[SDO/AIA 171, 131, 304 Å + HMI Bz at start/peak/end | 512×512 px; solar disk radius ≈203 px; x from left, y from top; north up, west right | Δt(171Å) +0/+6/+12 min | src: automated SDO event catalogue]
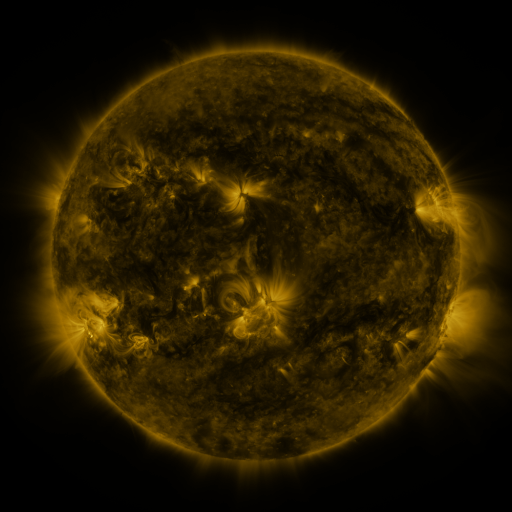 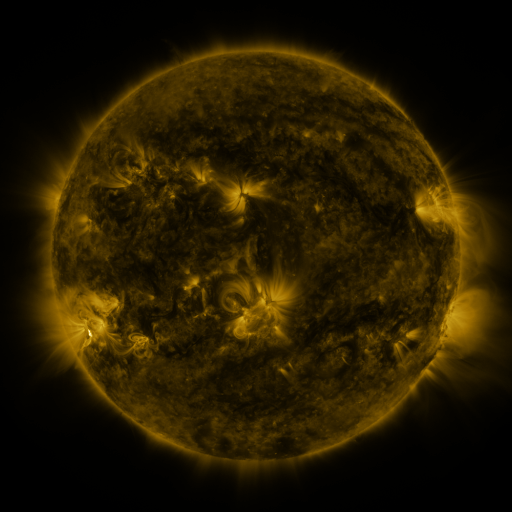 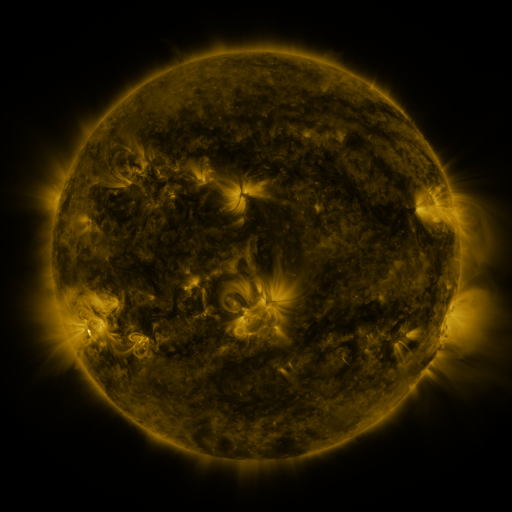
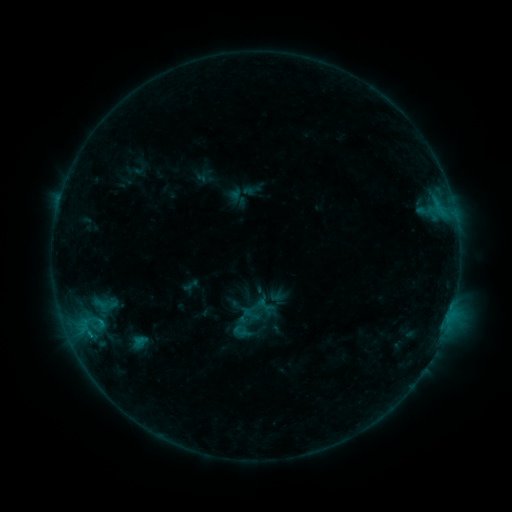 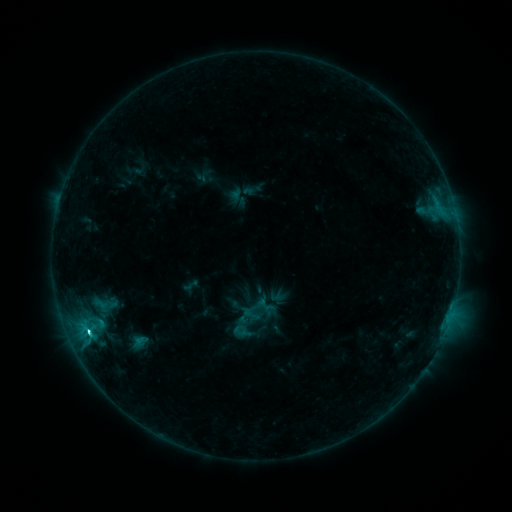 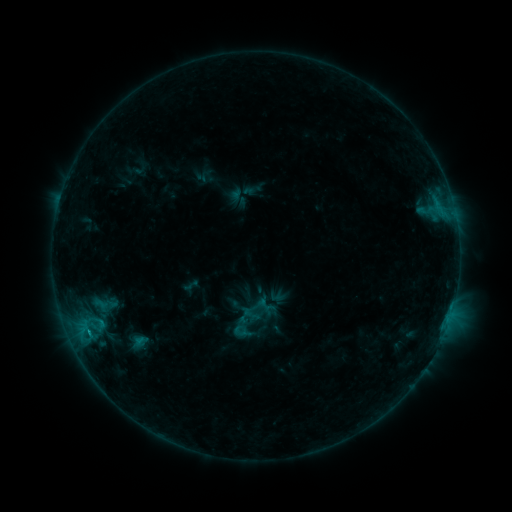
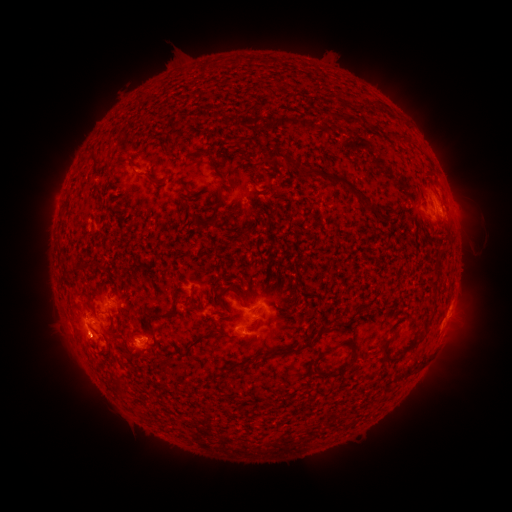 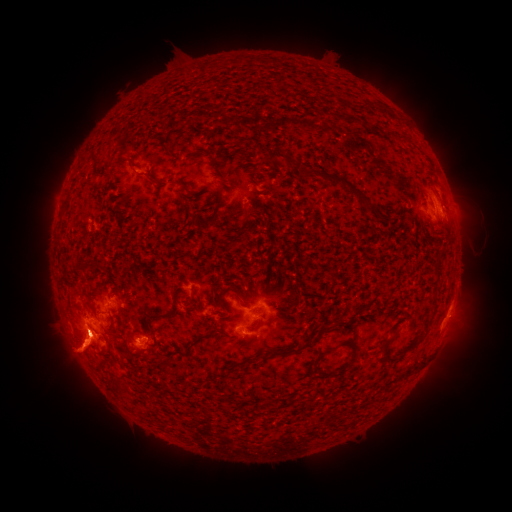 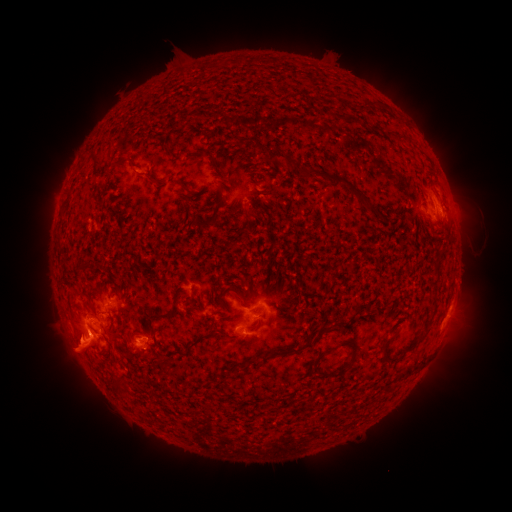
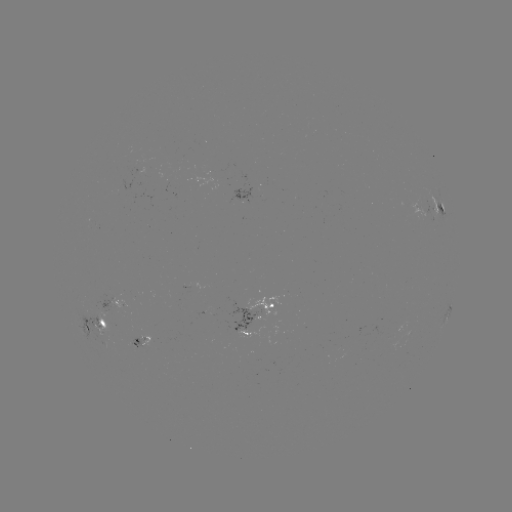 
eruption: <bbox>430, 303, 489, 373</bbox>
